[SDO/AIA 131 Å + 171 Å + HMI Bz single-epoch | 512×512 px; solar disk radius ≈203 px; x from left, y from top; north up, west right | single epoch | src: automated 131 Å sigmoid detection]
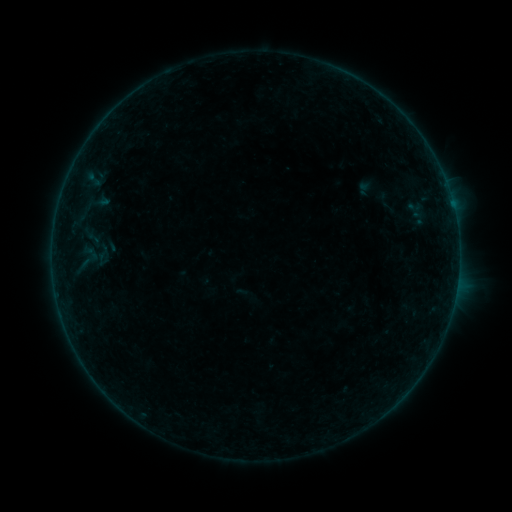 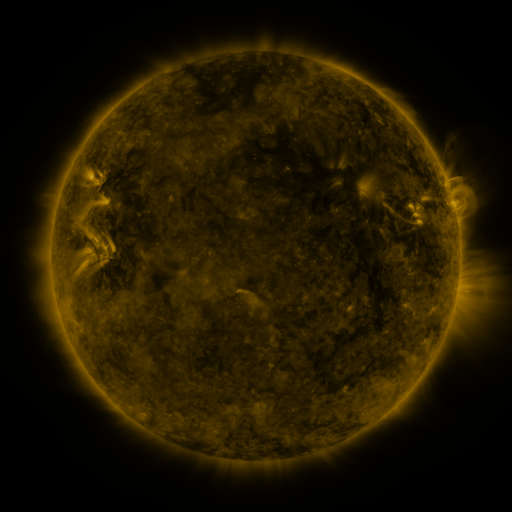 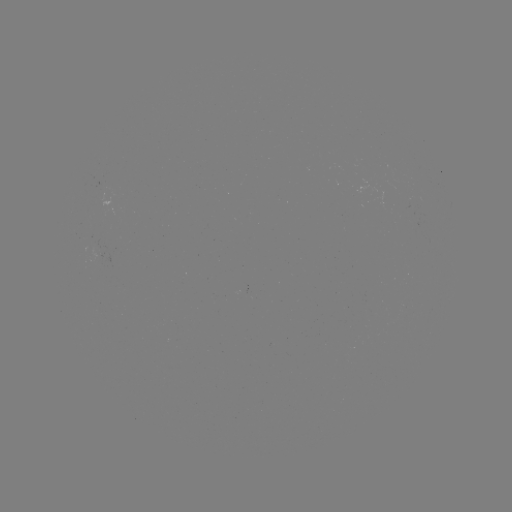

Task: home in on sigmoid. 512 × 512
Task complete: [103, 253].